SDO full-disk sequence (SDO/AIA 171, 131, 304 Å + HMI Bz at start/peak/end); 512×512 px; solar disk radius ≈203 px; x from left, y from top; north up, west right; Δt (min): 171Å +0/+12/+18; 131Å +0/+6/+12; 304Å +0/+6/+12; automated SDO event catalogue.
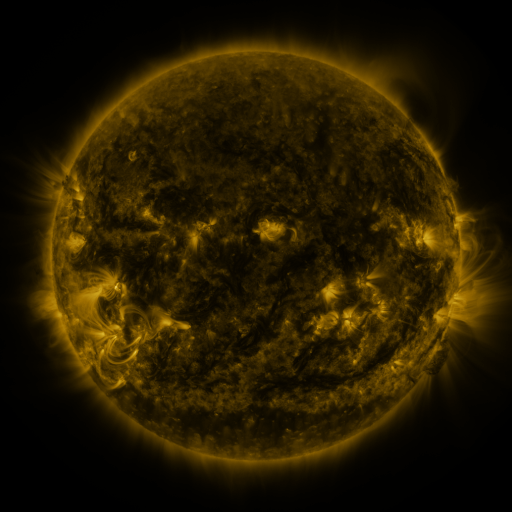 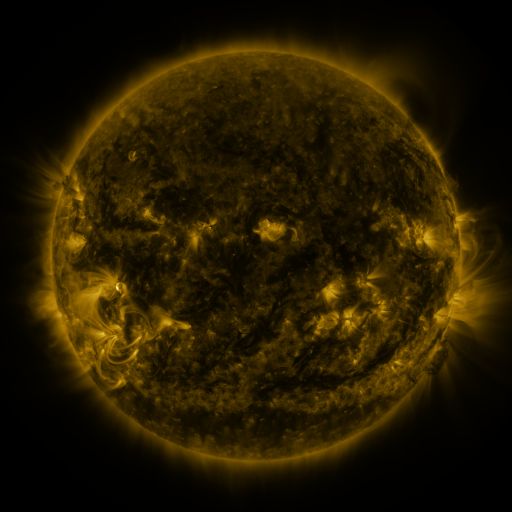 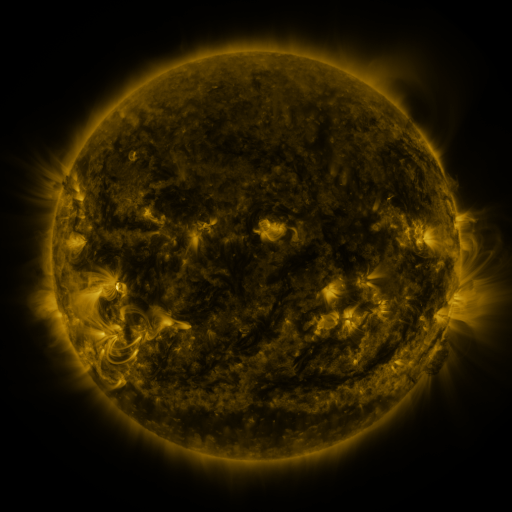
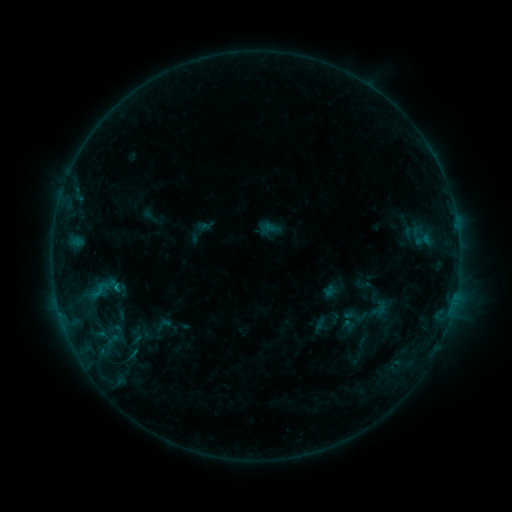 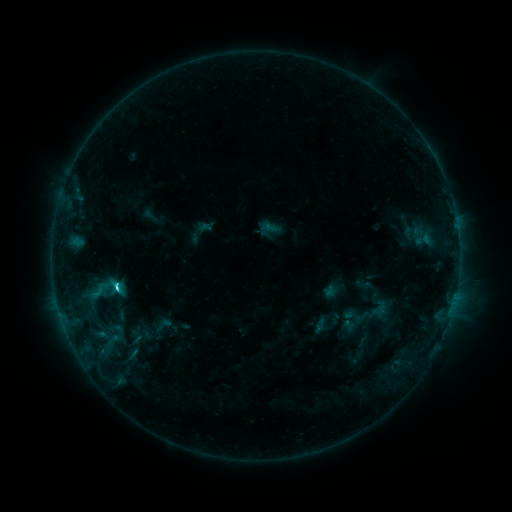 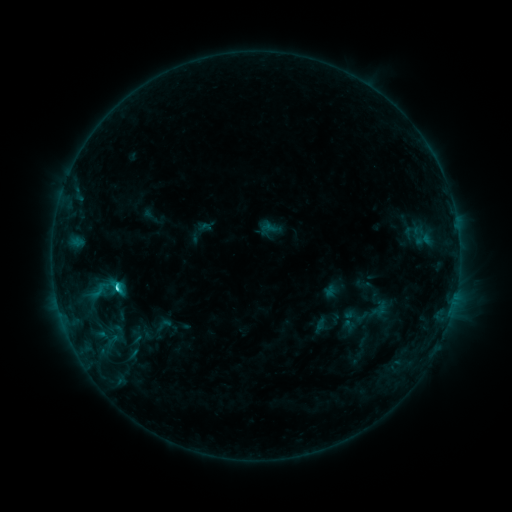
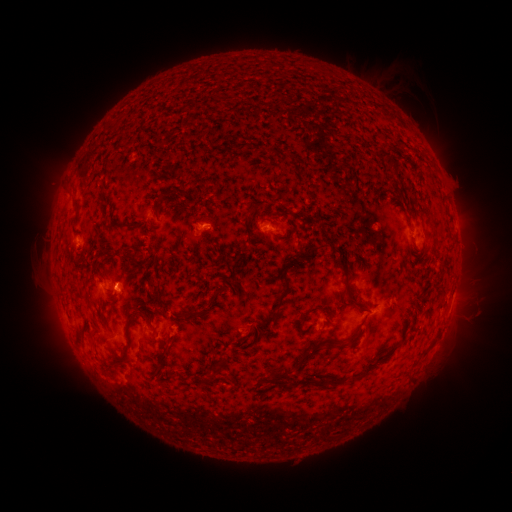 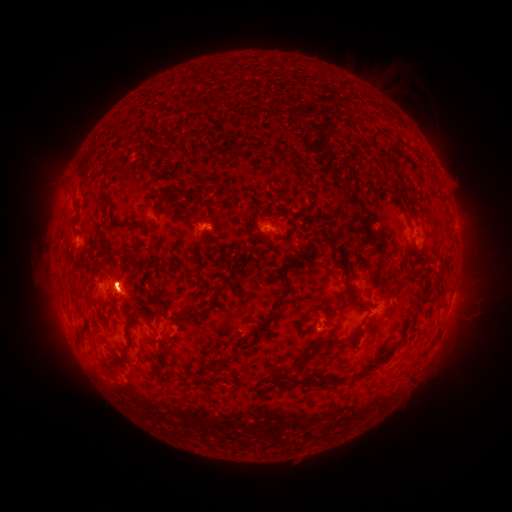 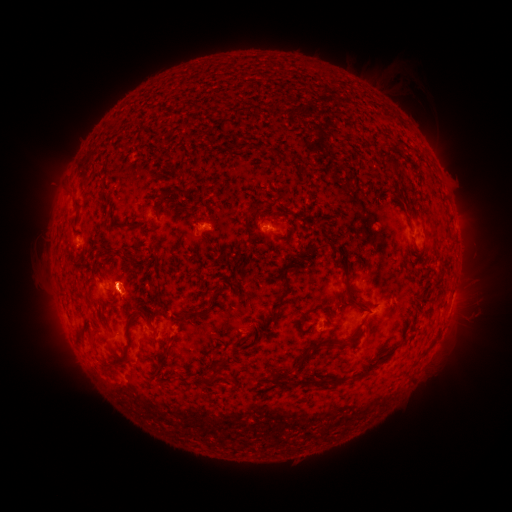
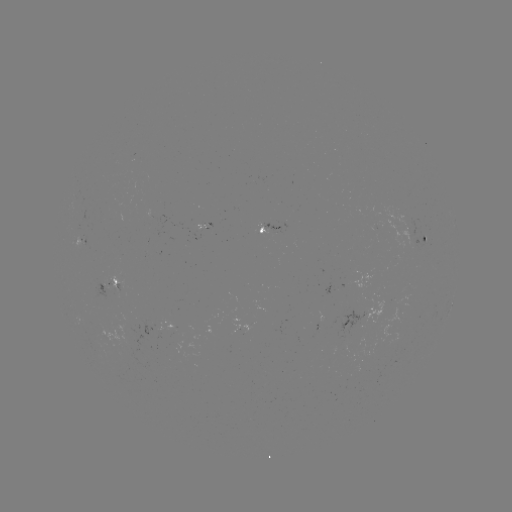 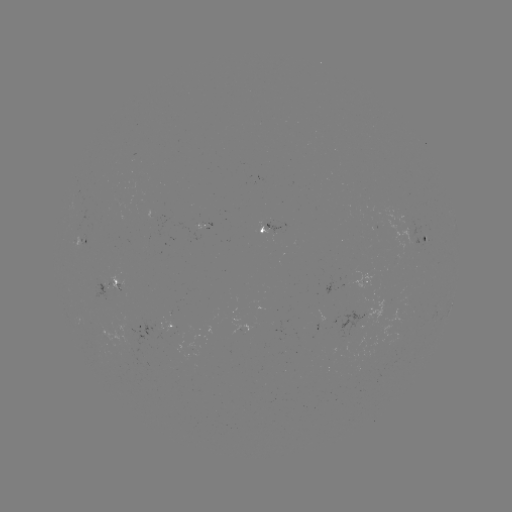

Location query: C2.6 flare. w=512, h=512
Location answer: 120,285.